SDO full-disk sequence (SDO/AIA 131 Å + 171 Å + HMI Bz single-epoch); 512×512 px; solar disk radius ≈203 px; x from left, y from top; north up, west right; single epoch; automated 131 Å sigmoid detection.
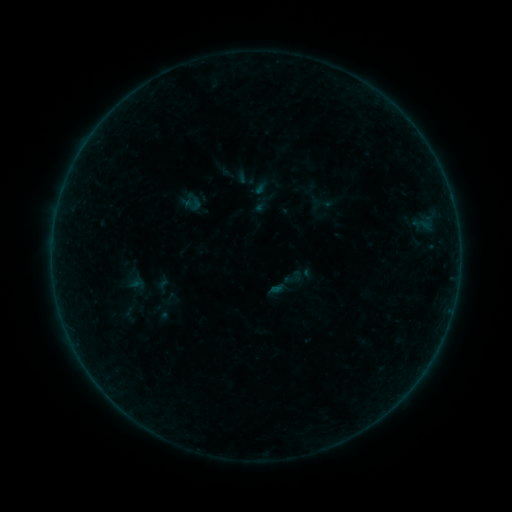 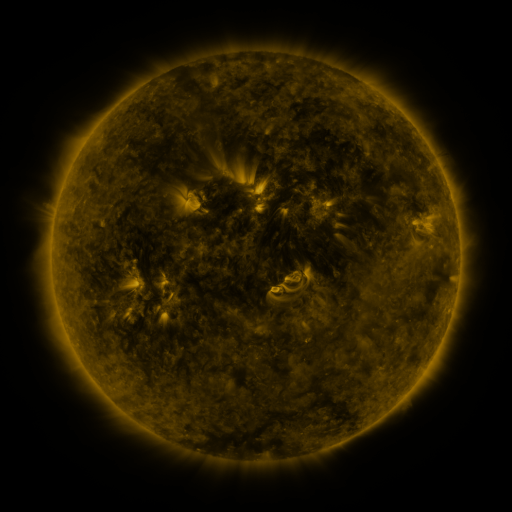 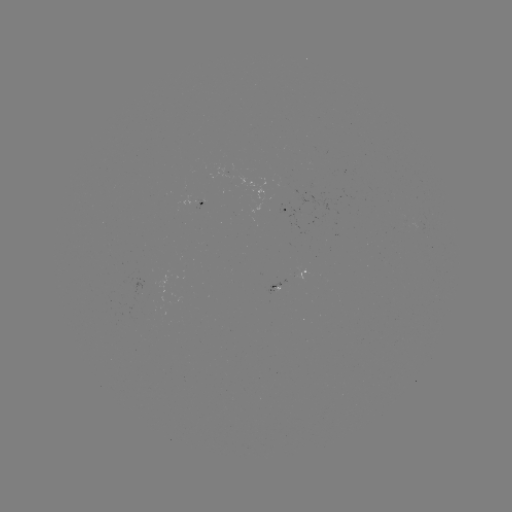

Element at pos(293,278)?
sigmoid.